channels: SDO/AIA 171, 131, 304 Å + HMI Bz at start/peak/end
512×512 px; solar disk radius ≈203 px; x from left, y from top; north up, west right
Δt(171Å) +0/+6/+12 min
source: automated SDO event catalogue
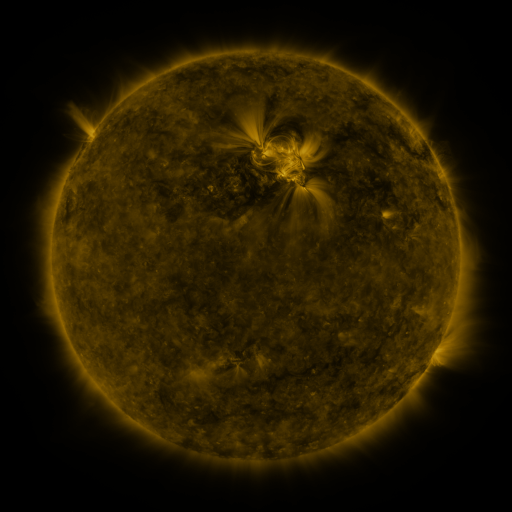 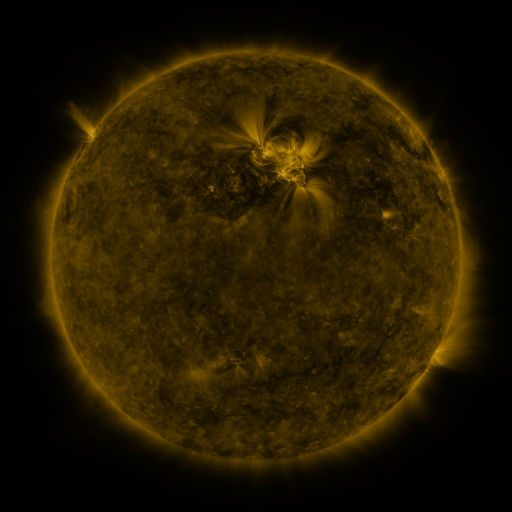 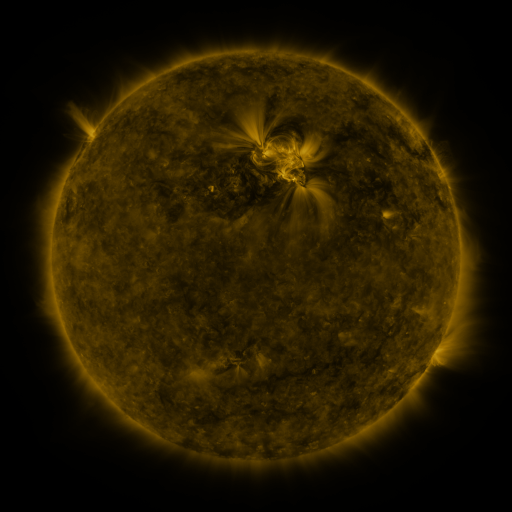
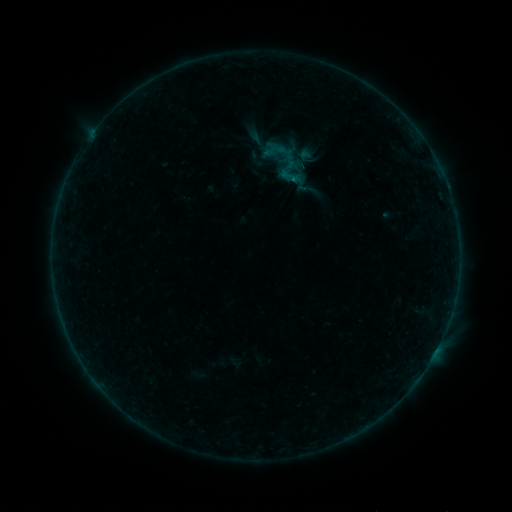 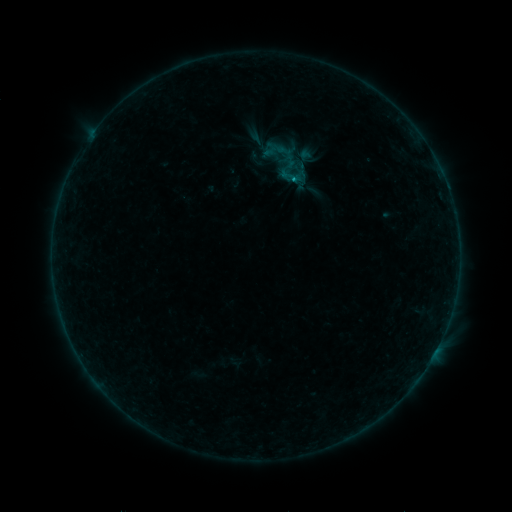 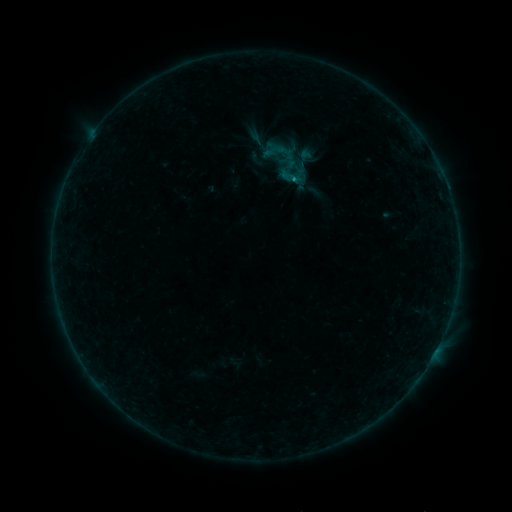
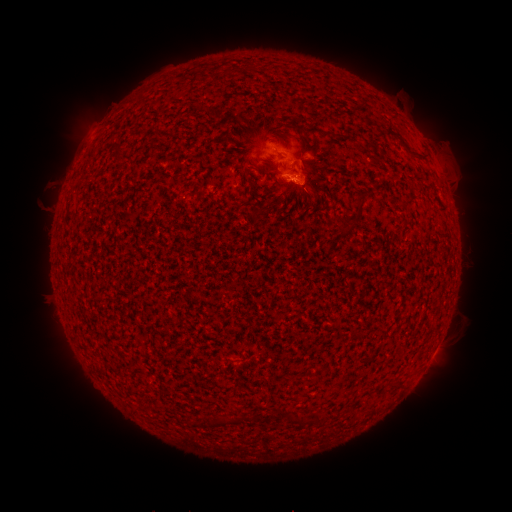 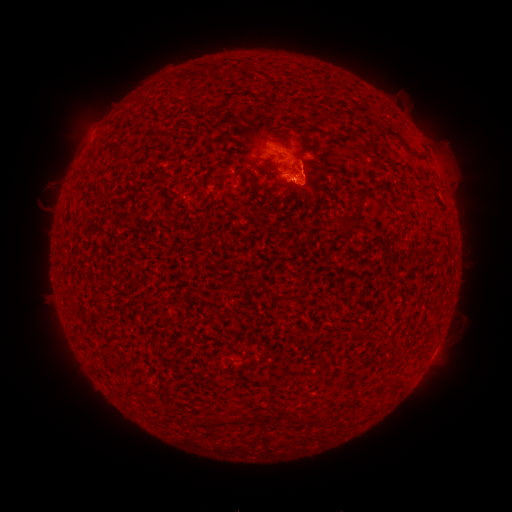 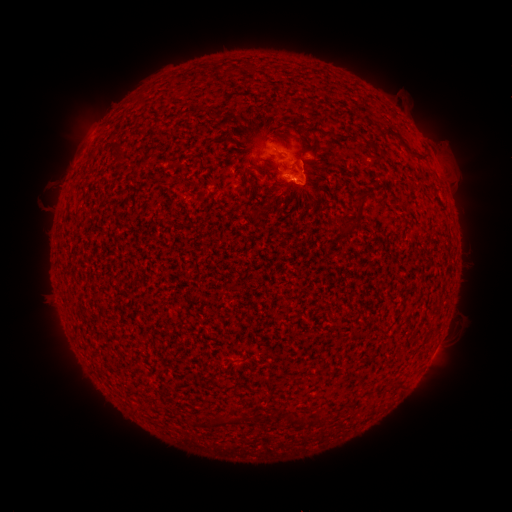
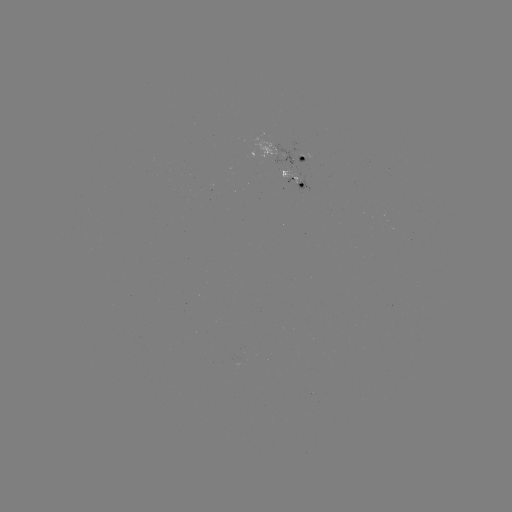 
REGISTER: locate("B3.7 flare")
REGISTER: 293,182